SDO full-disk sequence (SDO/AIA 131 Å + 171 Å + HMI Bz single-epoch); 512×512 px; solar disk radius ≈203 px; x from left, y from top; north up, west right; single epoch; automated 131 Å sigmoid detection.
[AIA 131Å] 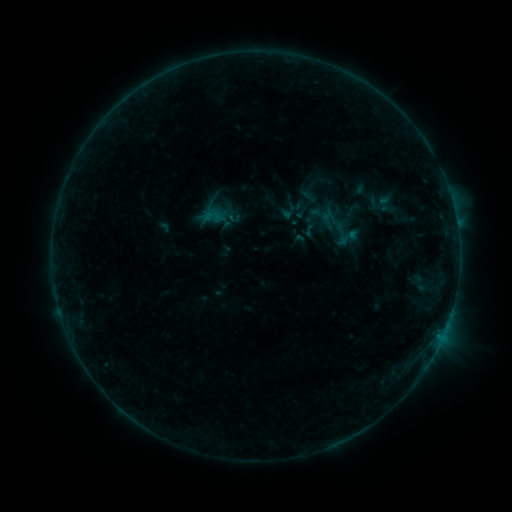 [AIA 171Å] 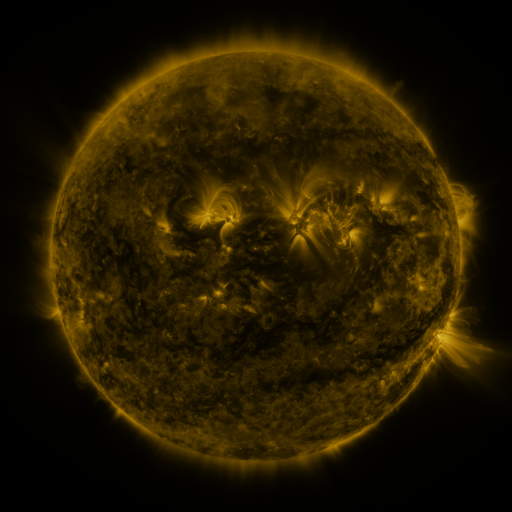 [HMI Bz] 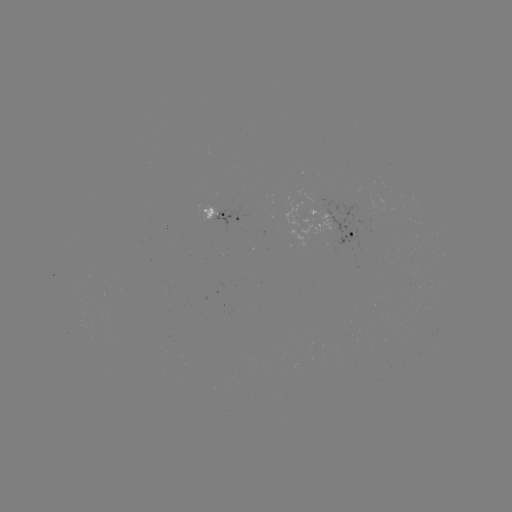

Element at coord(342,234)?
sigmoid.